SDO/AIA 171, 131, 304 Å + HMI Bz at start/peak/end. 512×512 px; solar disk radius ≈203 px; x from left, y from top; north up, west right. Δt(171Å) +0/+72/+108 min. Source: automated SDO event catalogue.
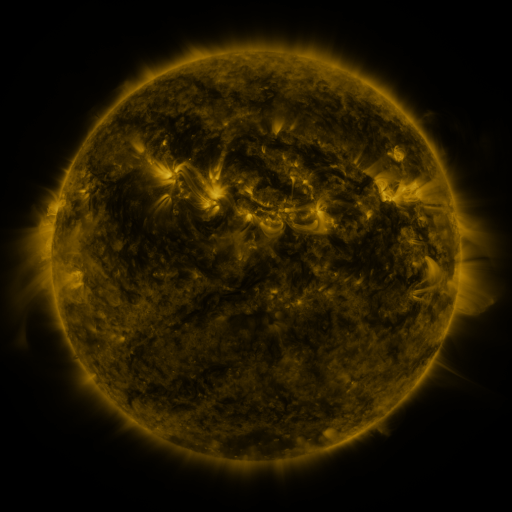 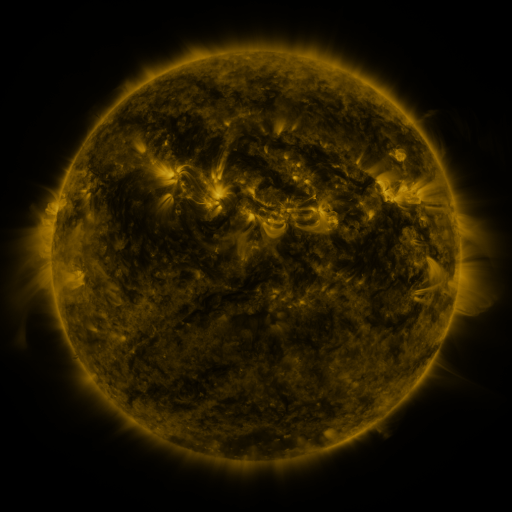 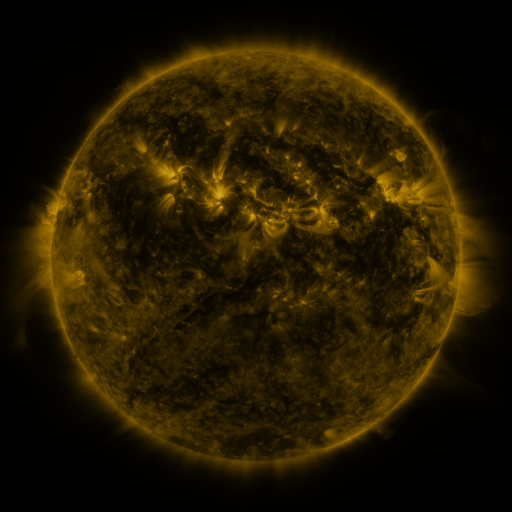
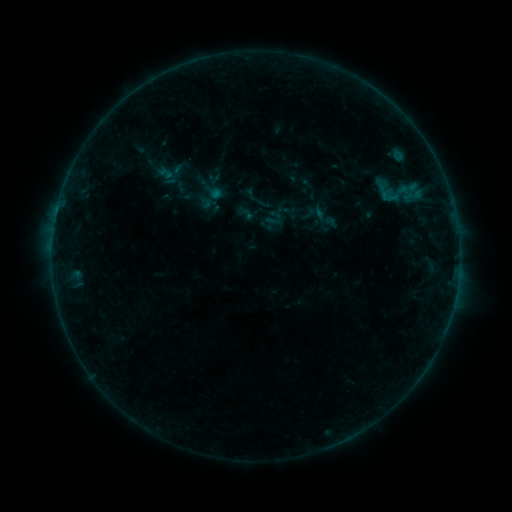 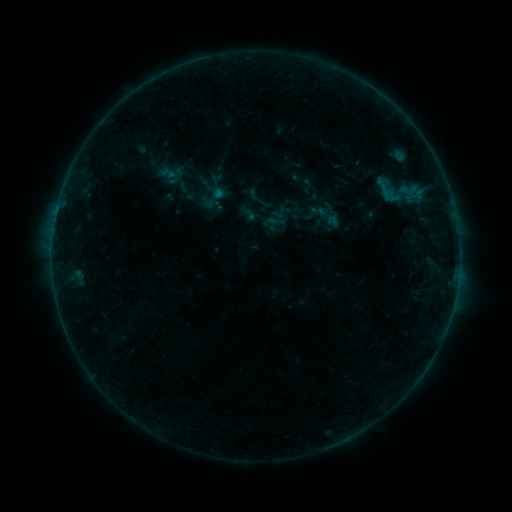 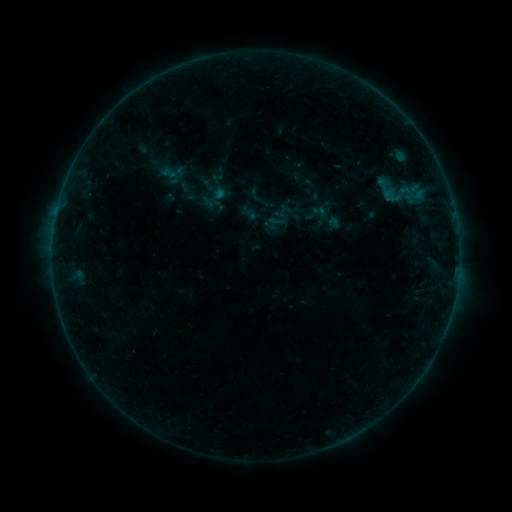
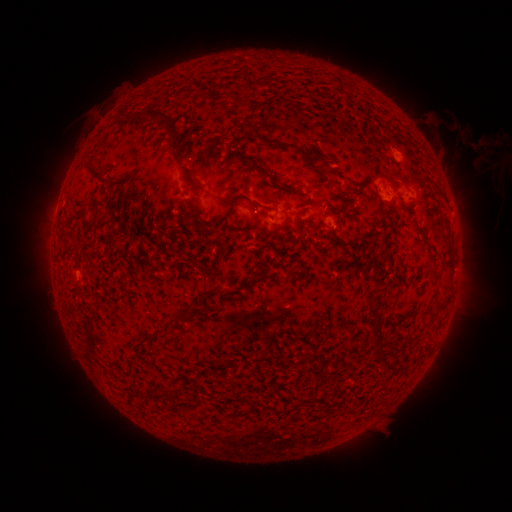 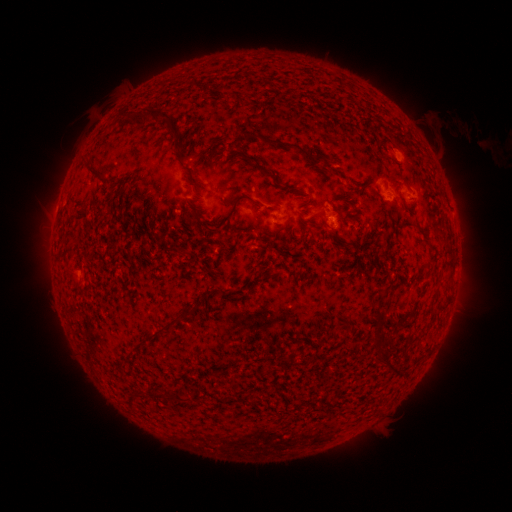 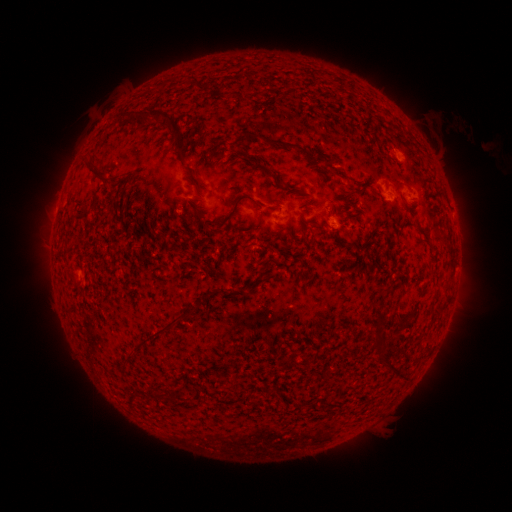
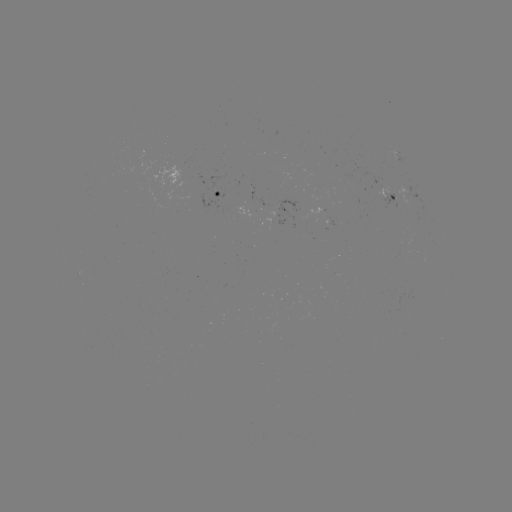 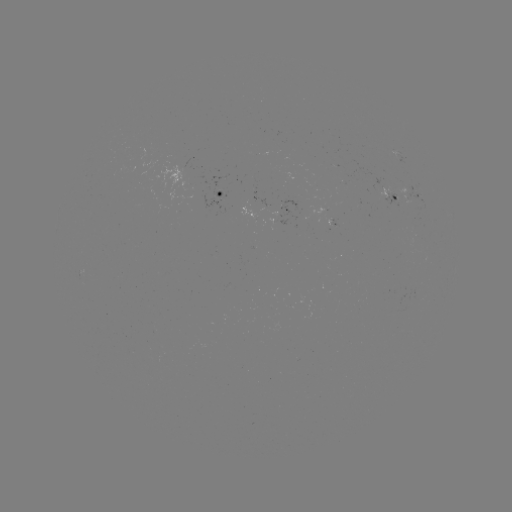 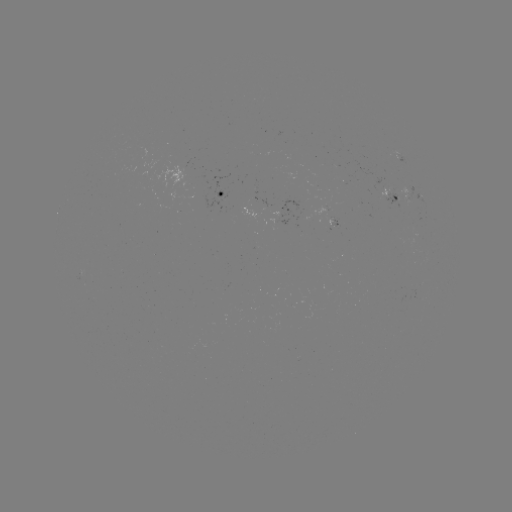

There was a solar emerging-flux region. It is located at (412, 197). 